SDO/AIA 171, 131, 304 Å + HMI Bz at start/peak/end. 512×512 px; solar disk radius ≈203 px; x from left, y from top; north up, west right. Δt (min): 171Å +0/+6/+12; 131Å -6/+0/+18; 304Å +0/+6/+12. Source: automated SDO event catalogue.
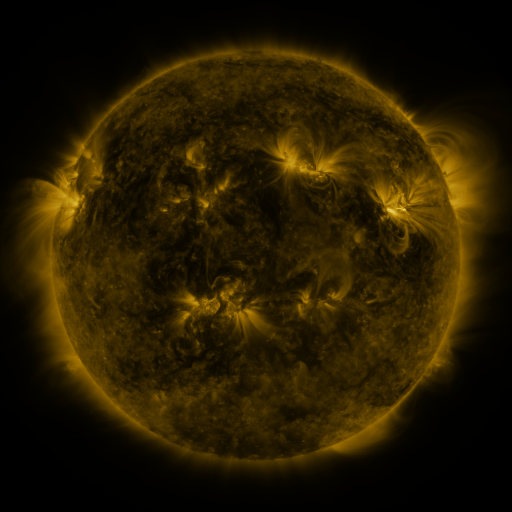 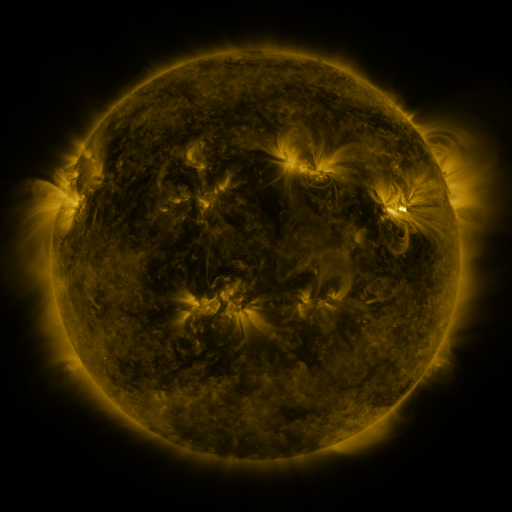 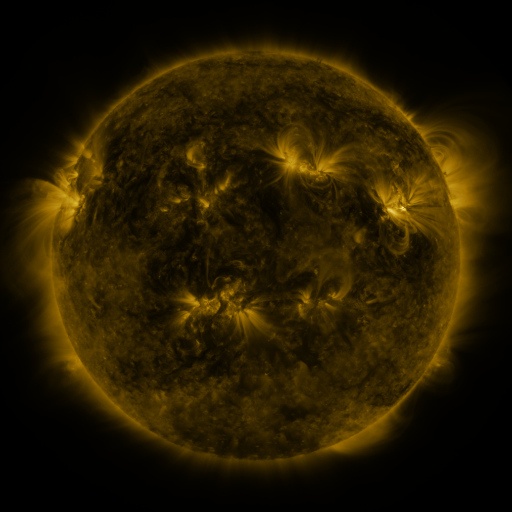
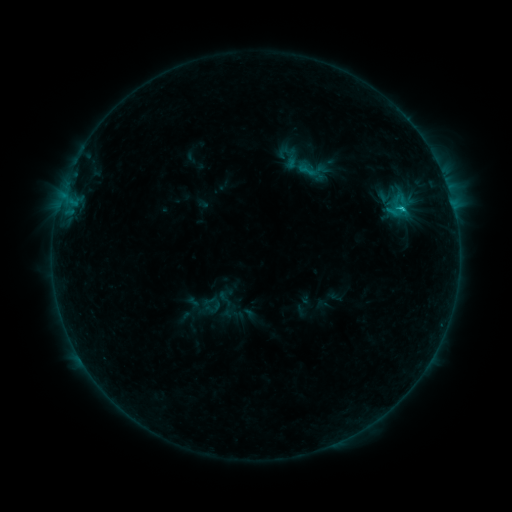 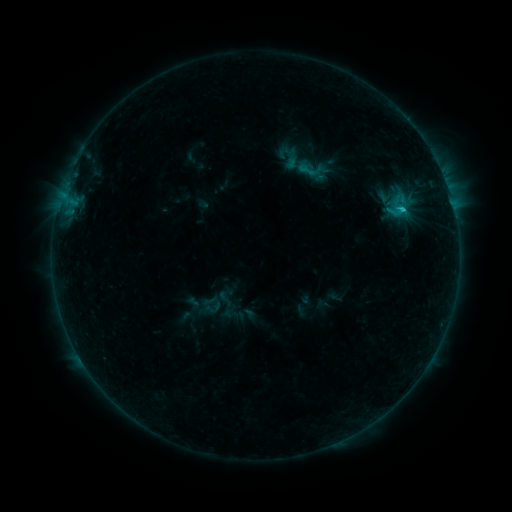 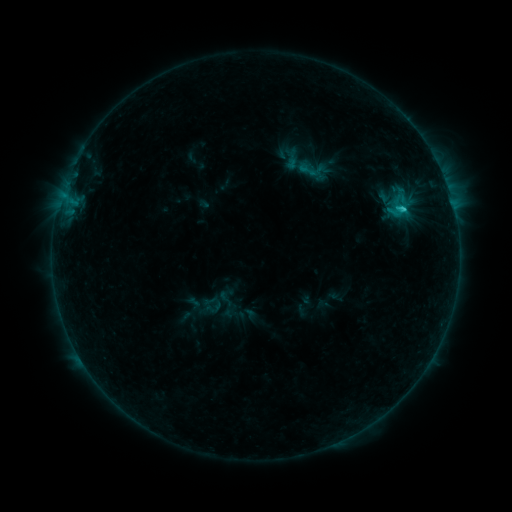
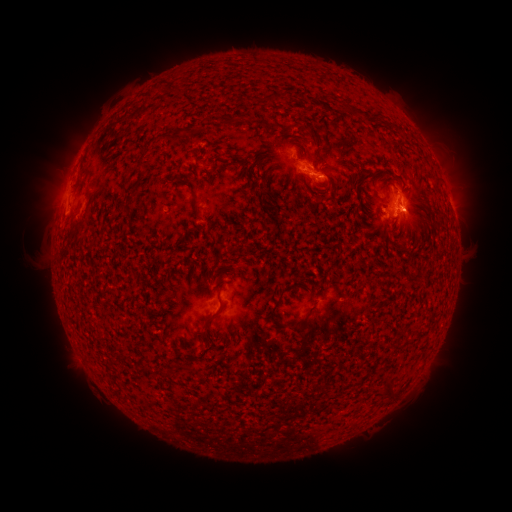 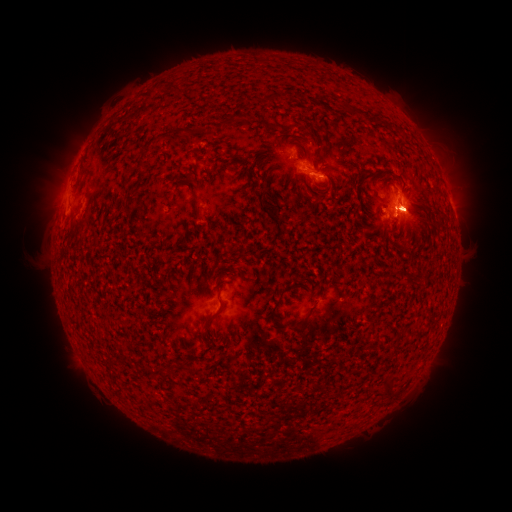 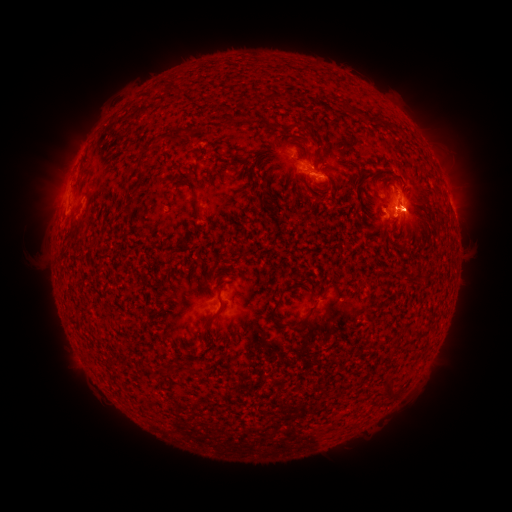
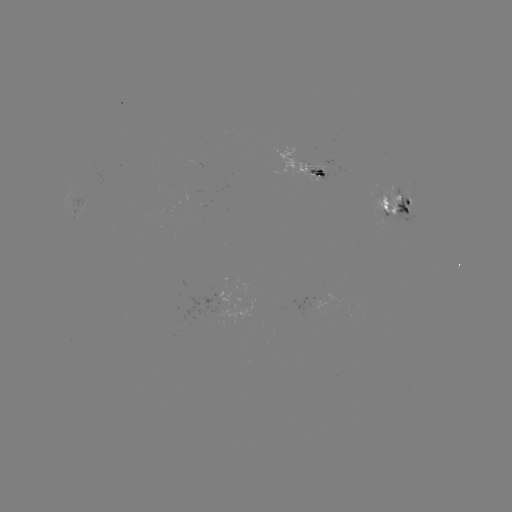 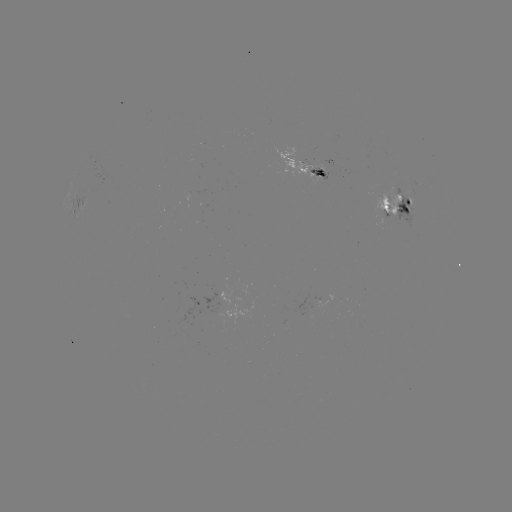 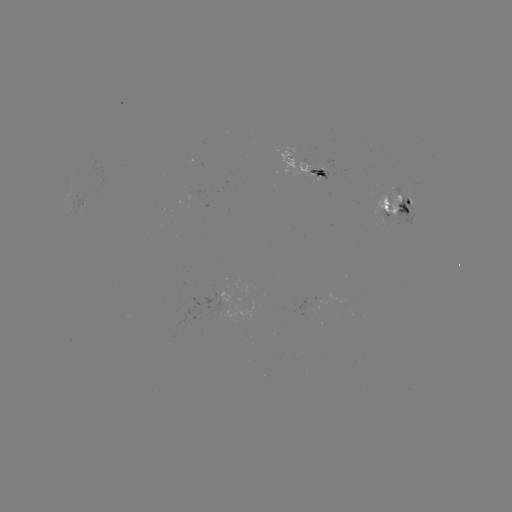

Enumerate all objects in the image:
C7.0 flare: (401, 210)
